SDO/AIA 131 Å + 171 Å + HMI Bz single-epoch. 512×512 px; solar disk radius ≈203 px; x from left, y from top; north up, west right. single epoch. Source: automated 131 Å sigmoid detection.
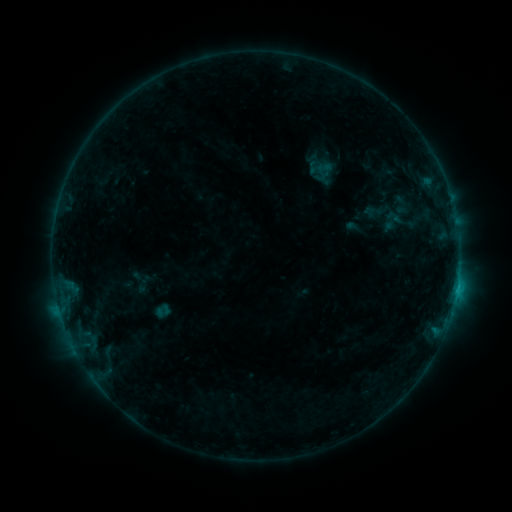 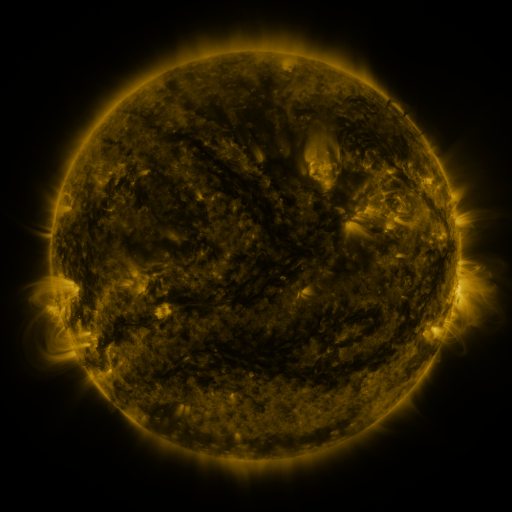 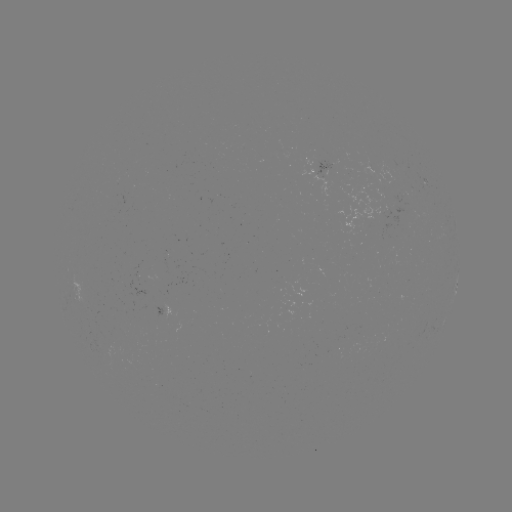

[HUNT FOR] sigmoid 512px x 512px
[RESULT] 394,217